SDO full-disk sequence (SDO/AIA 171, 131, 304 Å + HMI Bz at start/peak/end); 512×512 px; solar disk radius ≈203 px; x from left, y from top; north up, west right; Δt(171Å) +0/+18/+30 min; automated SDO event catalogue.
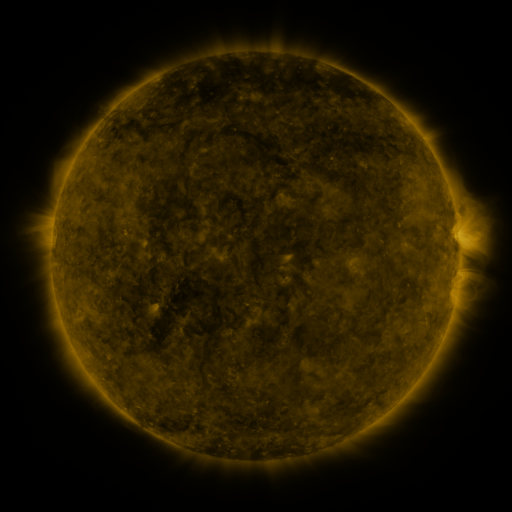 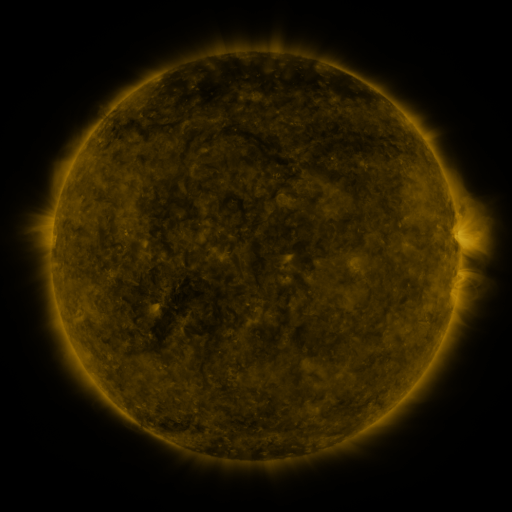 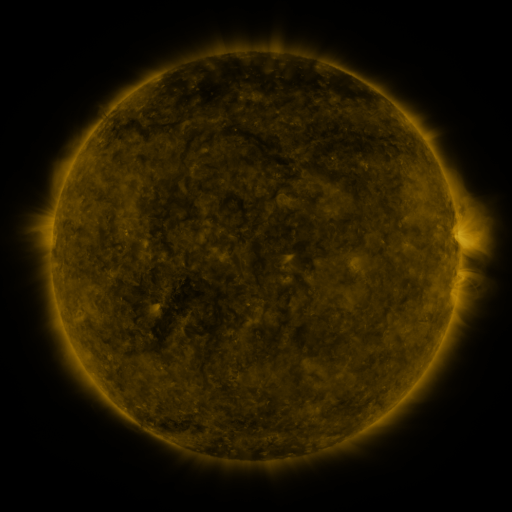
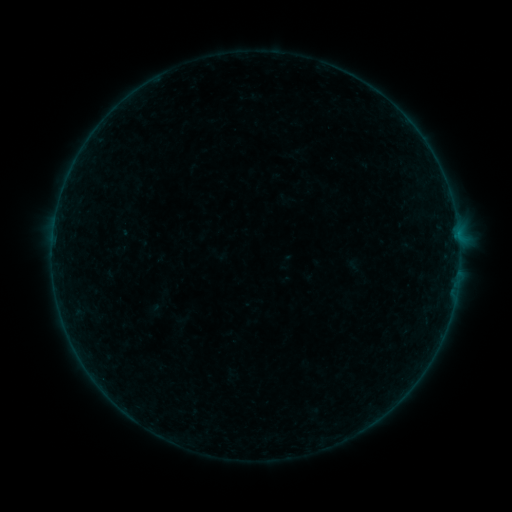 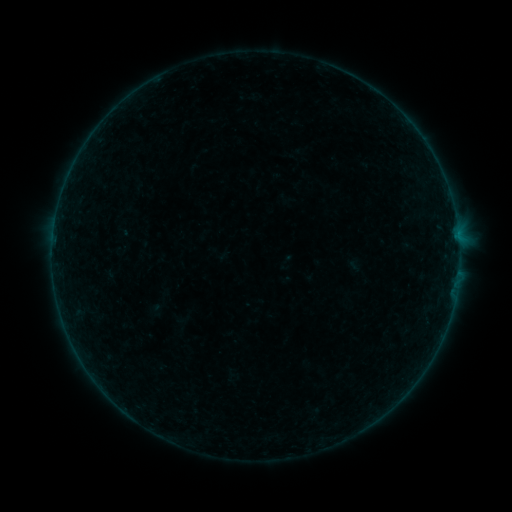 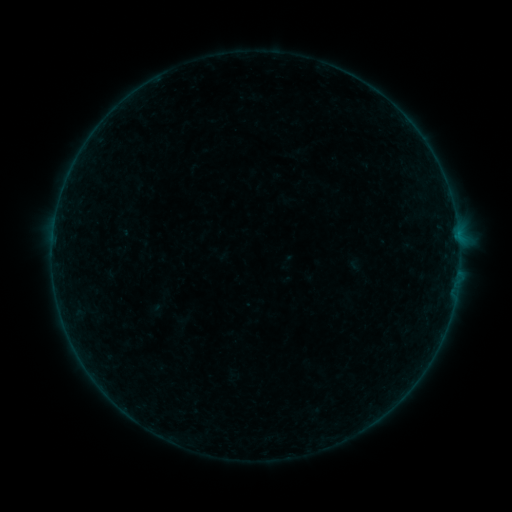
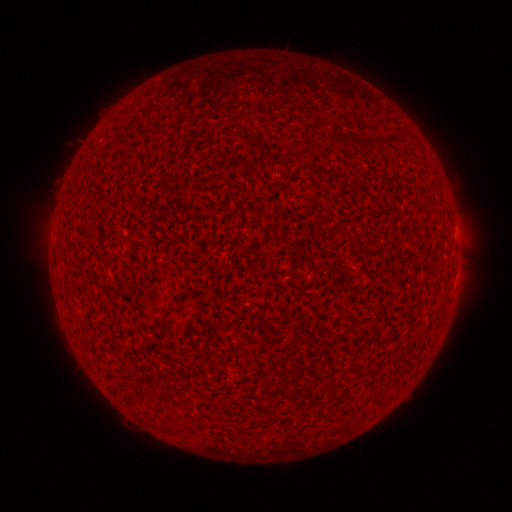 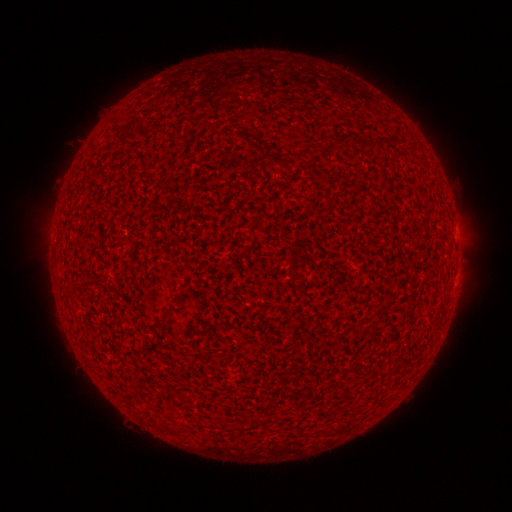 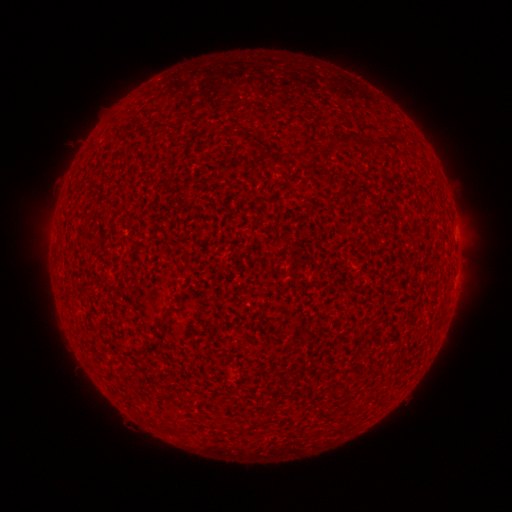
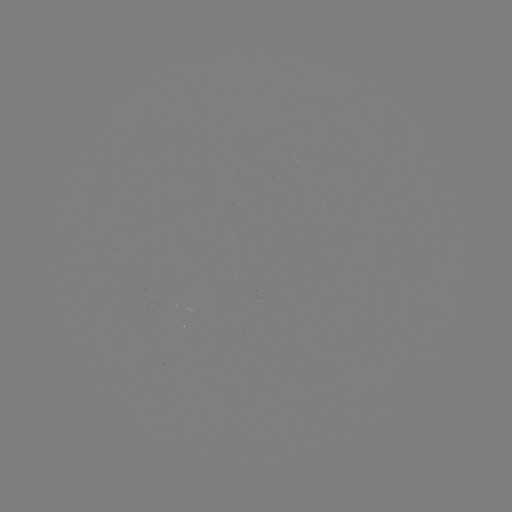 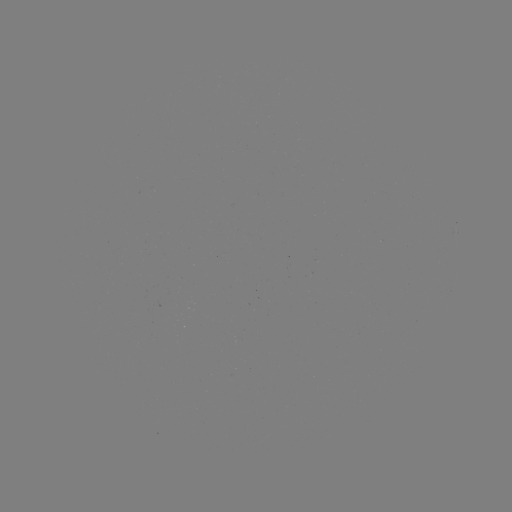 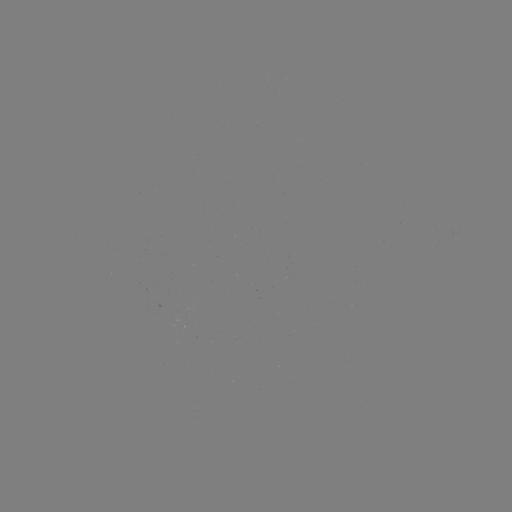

no flare in any classed list; no EUV-trigger detection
